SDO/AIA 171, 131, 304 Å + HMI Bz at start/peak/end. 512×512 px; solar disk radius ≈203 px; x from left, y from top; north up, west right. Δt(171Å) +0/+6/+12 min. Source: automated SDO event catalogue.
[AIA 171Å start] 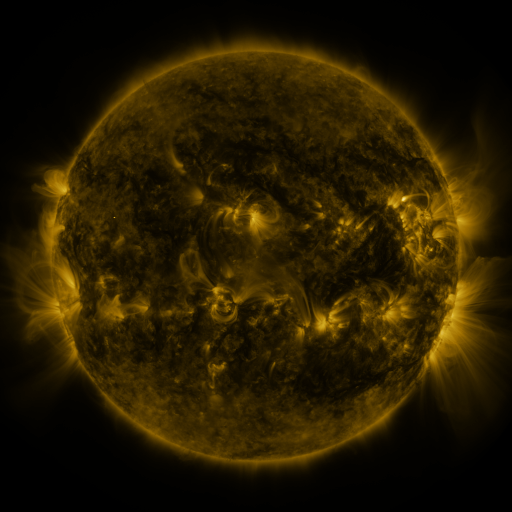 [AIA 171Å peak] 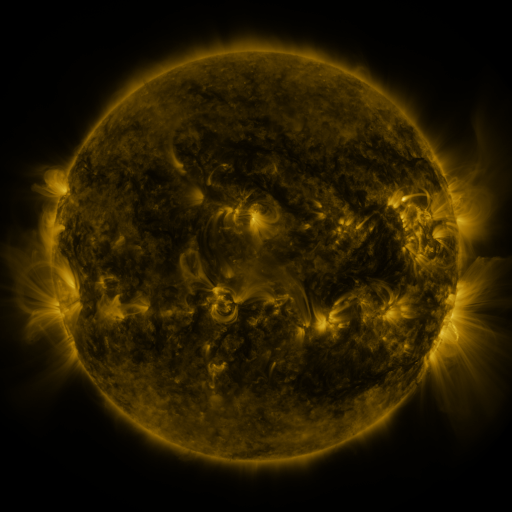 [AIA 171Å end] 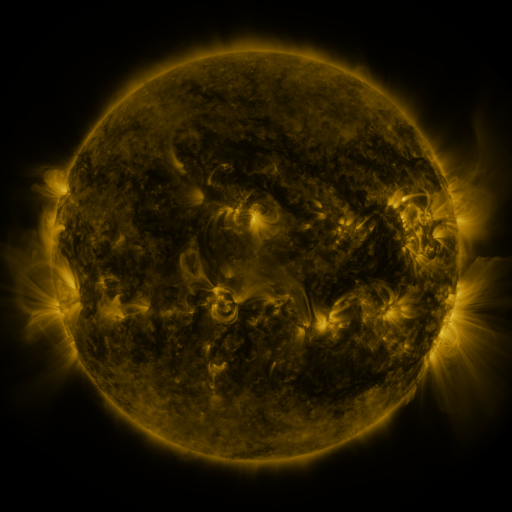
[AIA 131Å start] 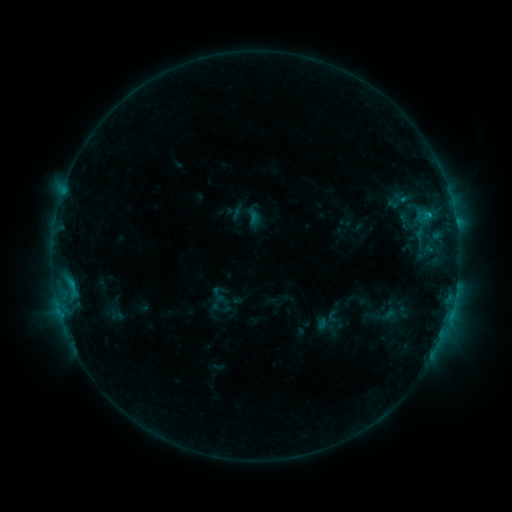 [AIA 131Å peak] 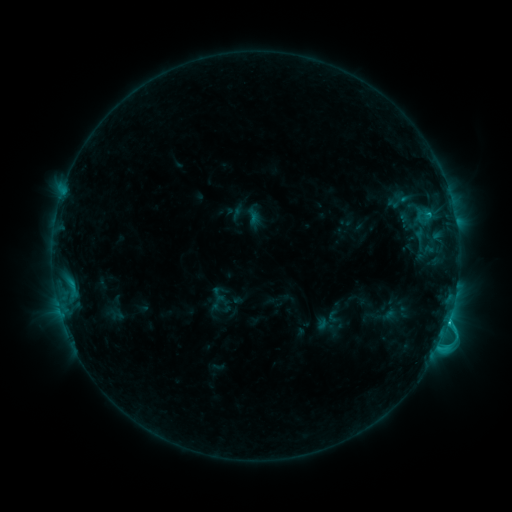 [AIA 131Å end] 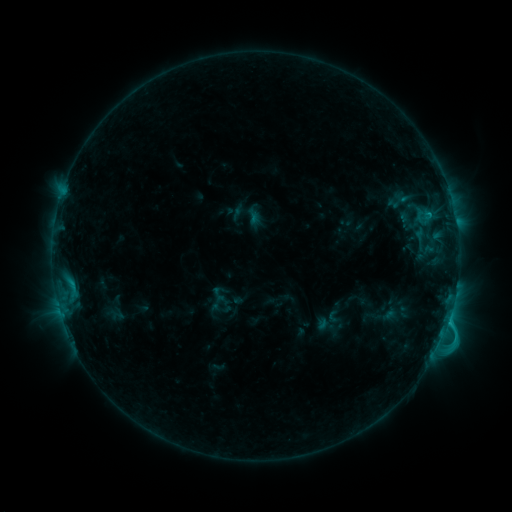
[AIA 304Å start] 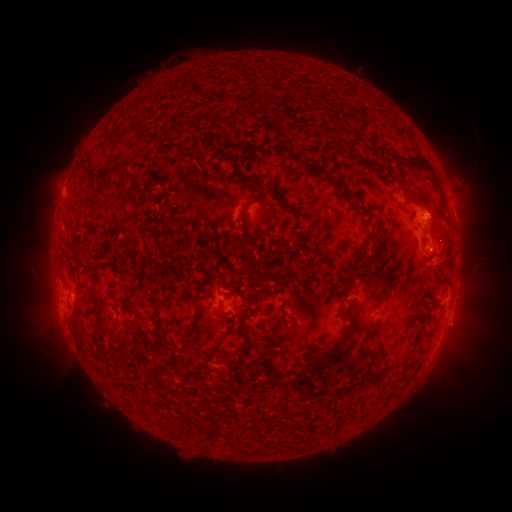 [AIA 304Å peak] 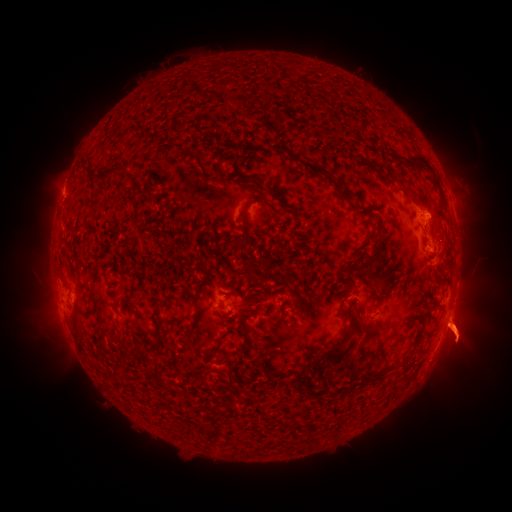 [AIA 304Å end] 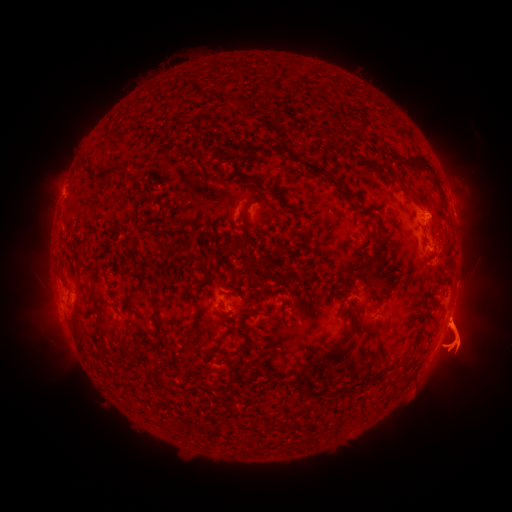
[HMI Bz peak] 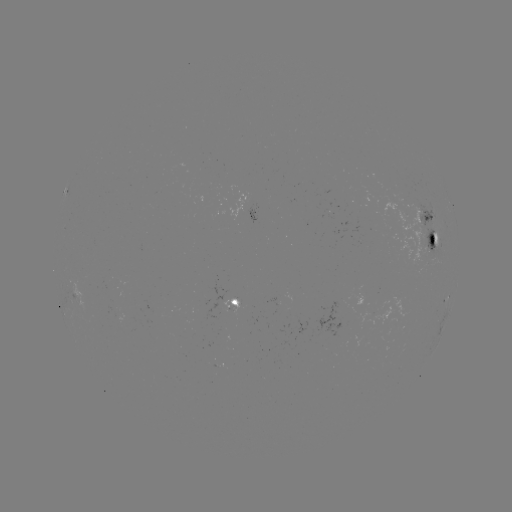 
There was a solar eruption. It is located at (386, 335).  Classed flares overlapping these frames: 1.